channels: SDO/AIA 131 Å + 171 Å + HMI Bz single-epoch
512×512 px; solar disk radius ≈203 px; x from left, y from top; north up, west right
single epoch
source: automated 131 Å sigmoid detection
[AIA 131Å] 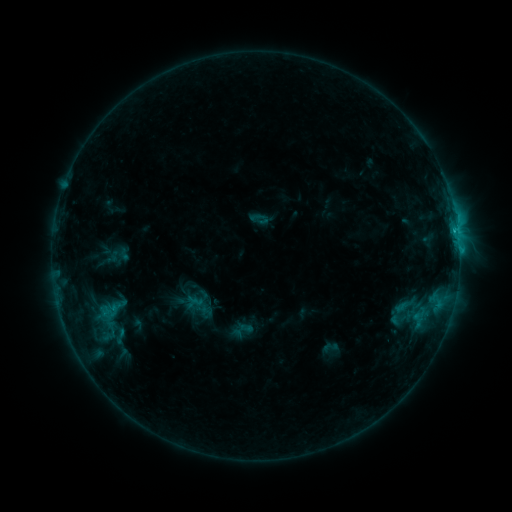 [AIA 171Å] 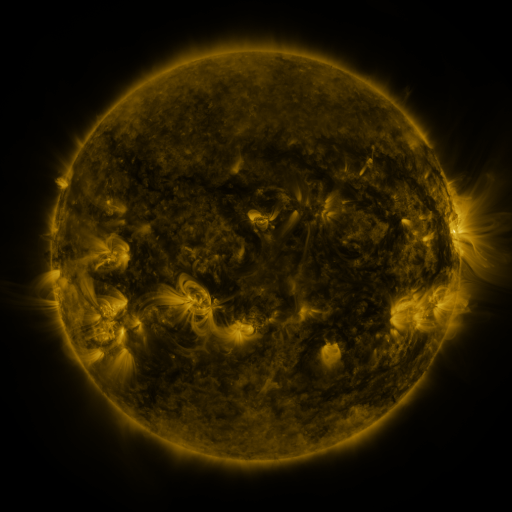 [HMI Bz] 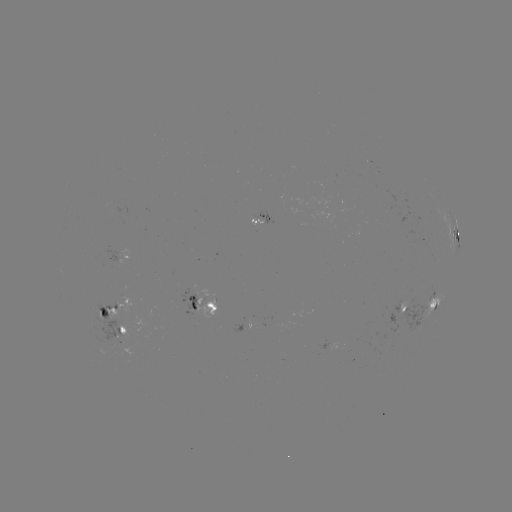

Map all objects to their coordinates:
sigmoid: (107, 309)
sigmoid: (120, 337)
sigmoid: (330, 347)
